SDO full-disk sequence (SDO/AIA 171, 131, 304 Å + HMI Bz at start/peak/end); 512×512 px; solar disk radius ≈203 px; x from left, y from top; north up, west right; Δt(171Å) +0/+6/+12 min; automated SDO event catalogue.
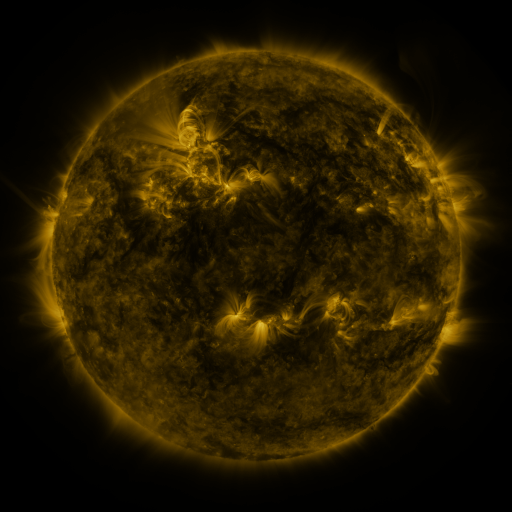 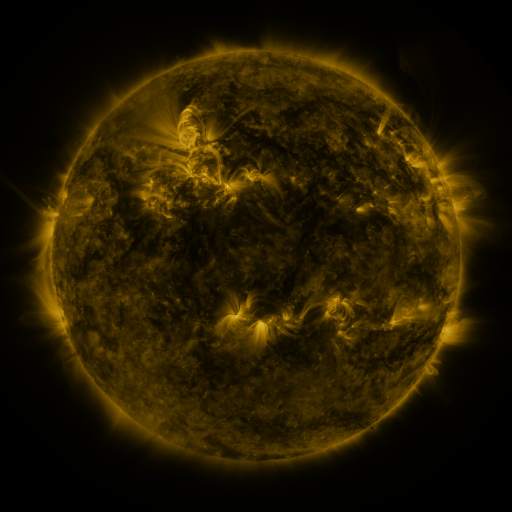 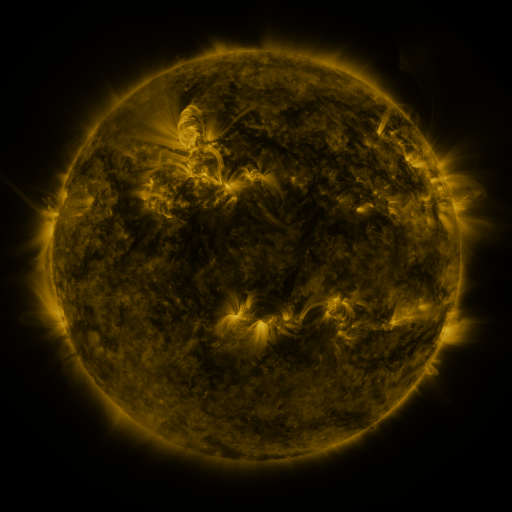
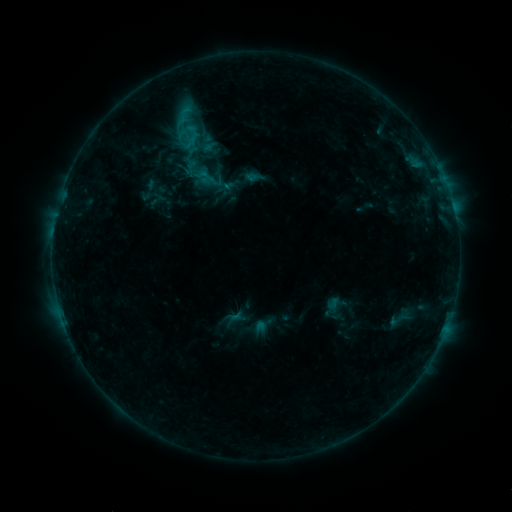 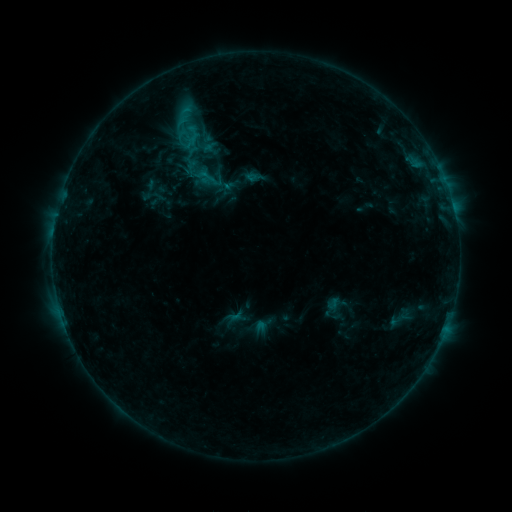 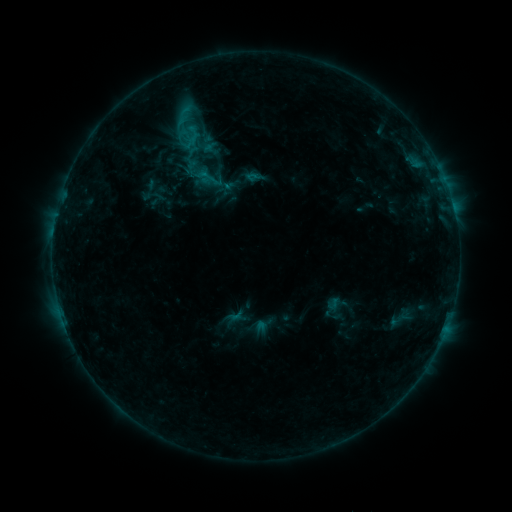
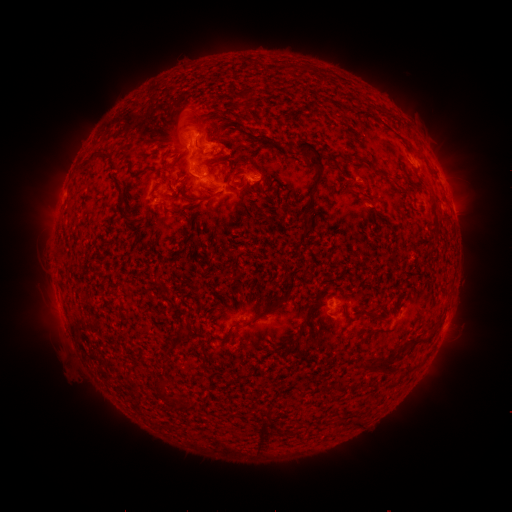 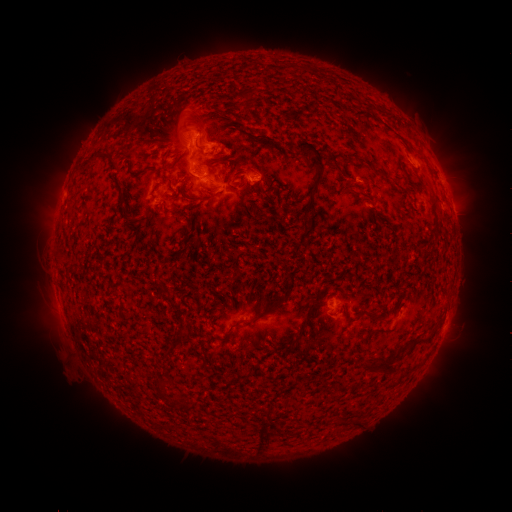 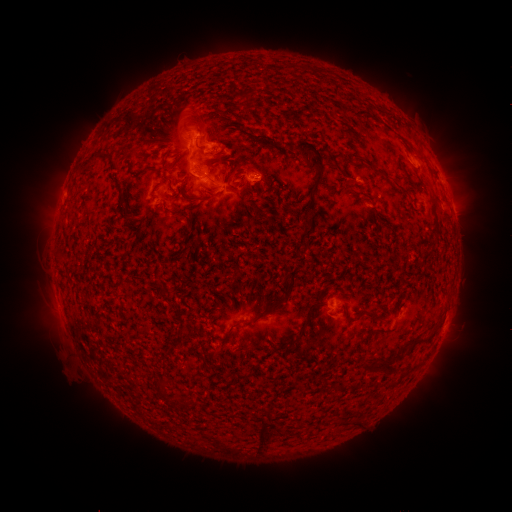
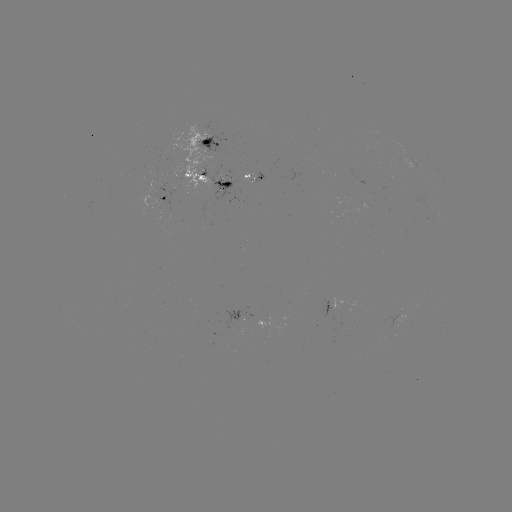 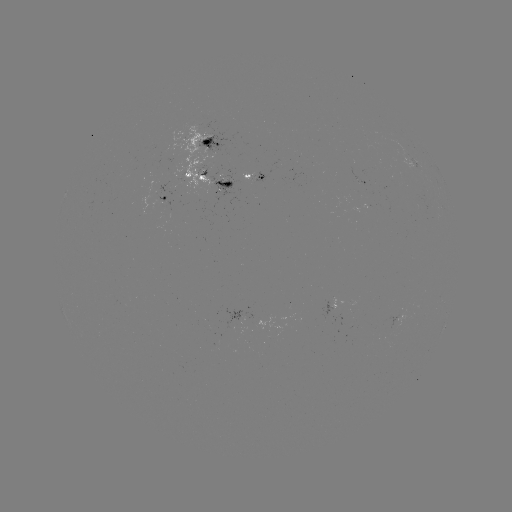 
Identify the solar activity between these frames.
no catalogued flare and no flagged EUV brightening in this window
